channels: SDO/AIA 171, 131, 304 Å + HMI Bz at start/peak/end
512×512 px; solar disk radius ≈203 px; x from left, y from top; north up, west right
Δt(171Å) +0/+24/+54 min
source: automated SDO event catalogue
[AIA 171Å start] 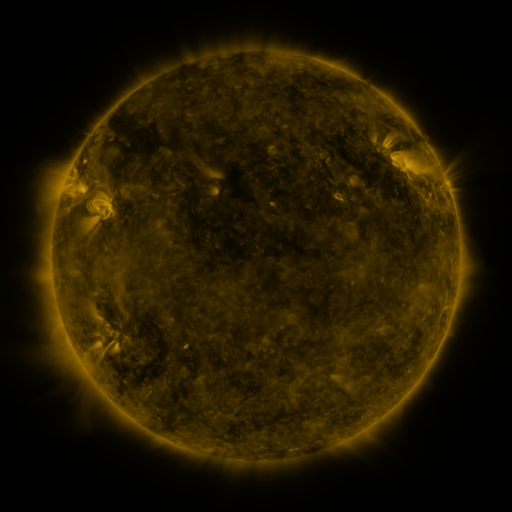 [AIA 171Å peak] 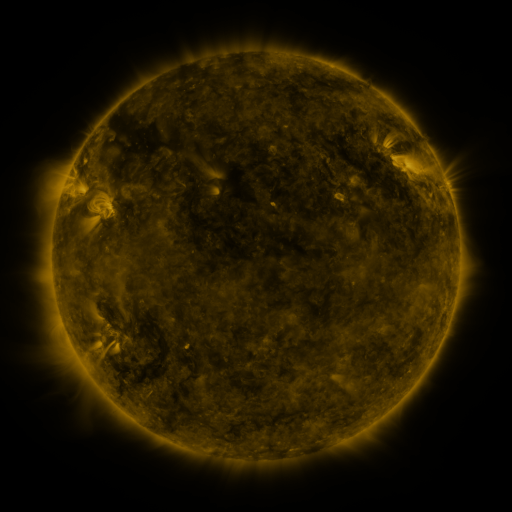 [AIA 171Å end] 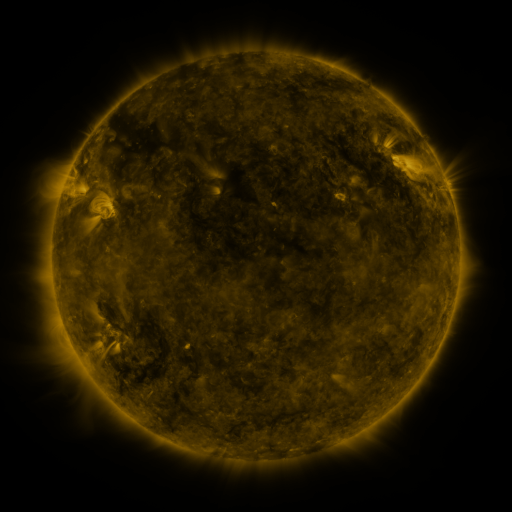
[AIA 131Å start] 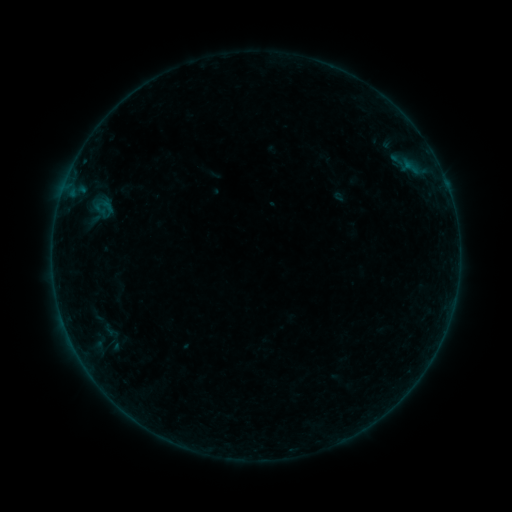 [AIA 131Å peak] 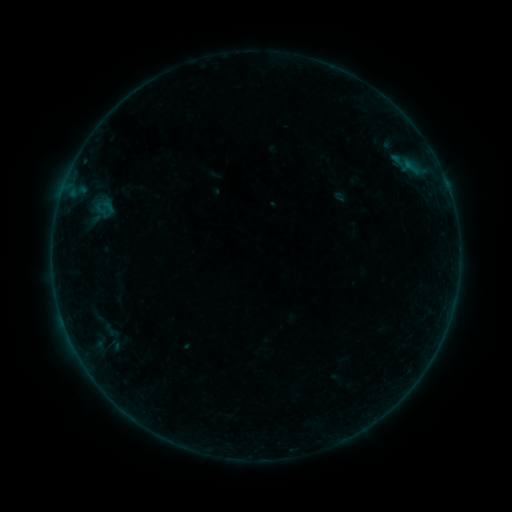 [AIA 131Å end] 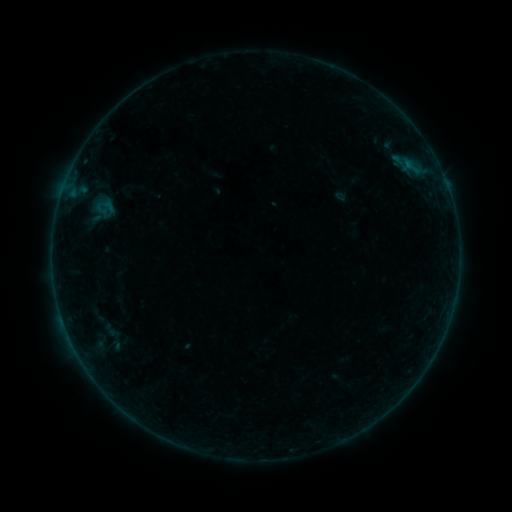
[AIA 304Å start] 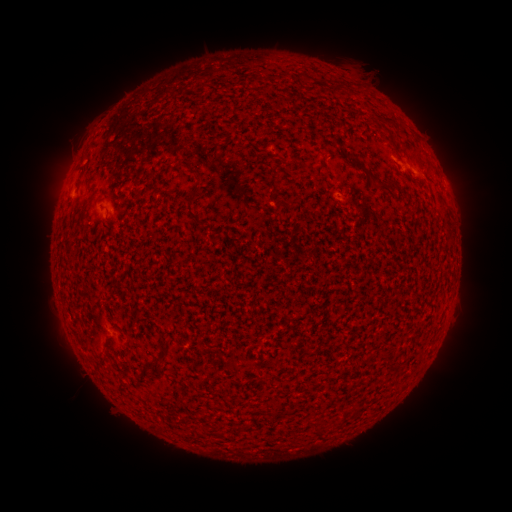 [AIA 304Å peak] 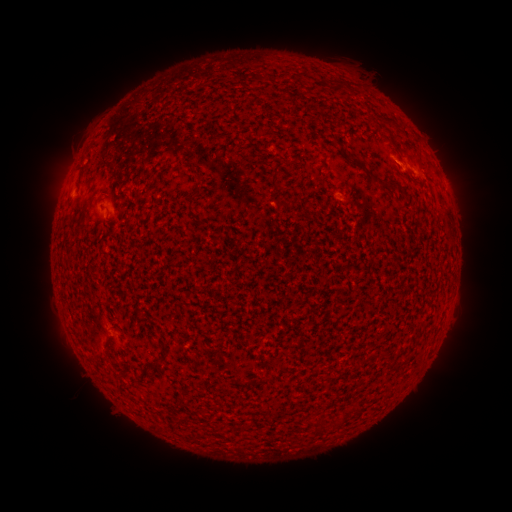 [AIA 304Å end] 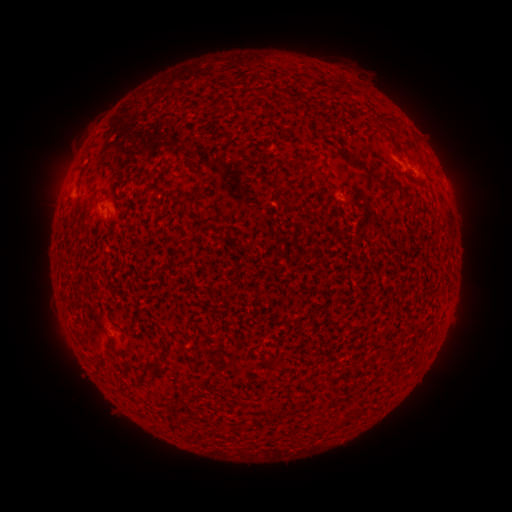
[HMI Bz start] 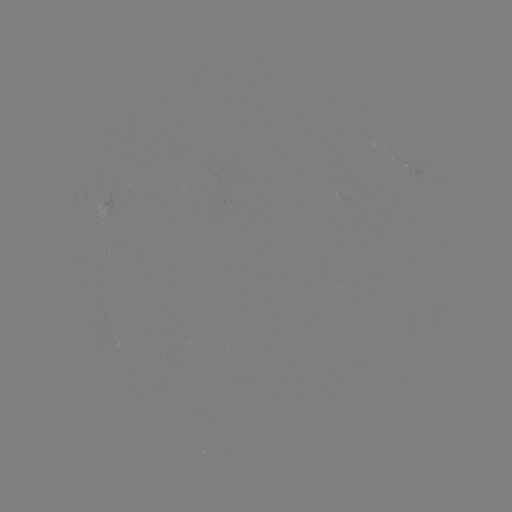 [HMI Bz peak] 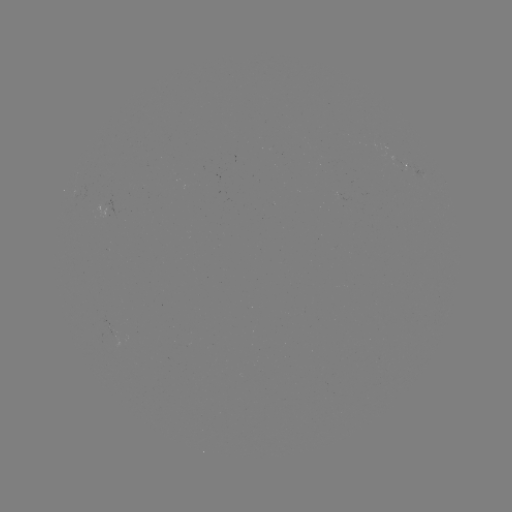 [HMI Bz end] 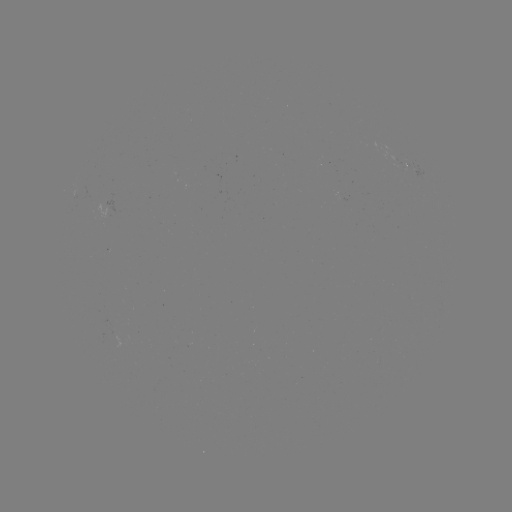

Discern A8.6 flare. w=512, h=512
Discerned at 395,164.